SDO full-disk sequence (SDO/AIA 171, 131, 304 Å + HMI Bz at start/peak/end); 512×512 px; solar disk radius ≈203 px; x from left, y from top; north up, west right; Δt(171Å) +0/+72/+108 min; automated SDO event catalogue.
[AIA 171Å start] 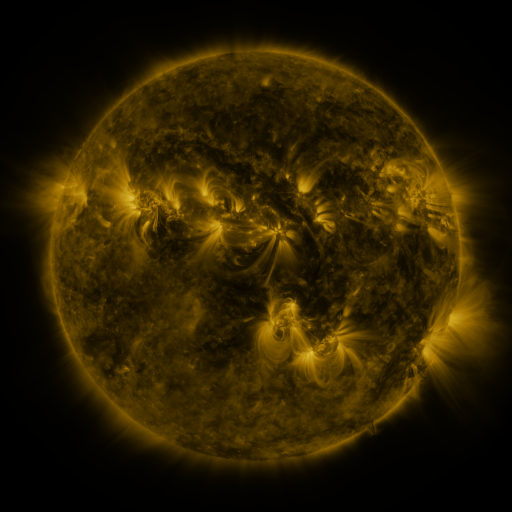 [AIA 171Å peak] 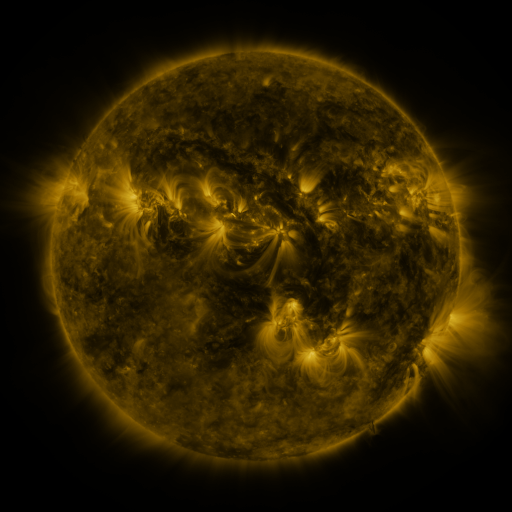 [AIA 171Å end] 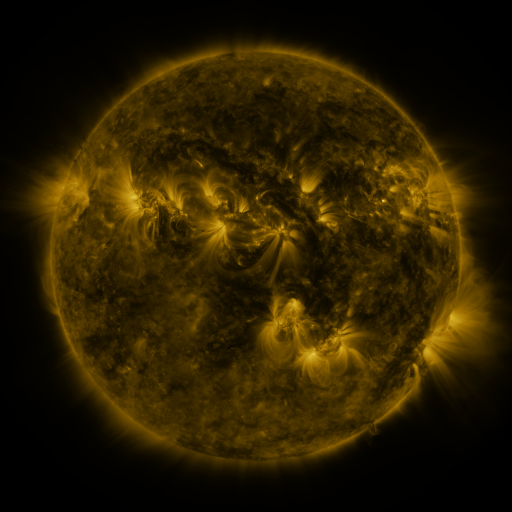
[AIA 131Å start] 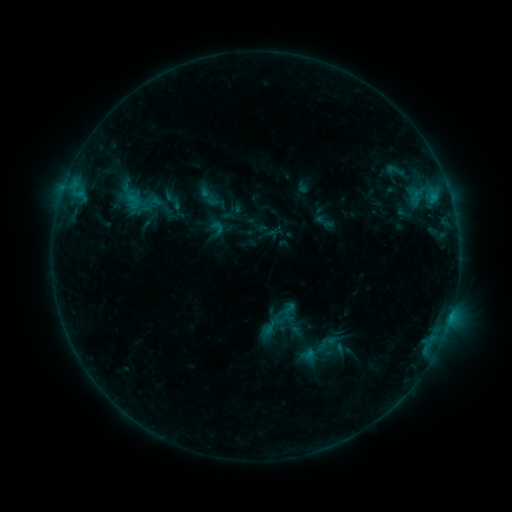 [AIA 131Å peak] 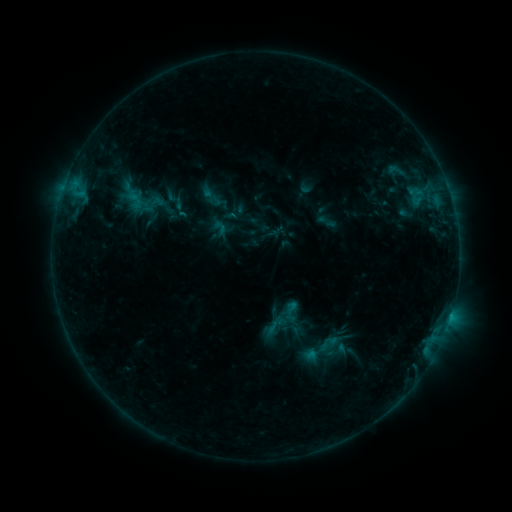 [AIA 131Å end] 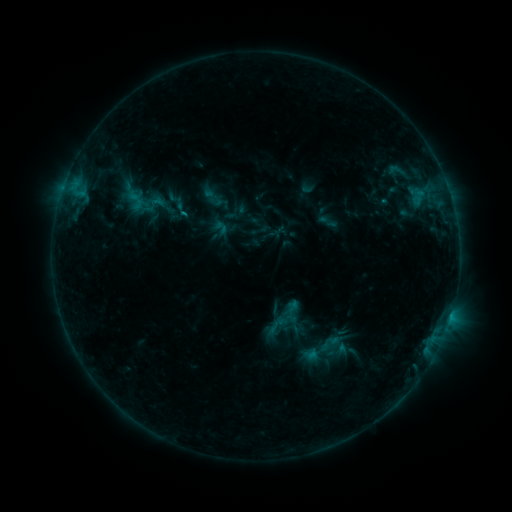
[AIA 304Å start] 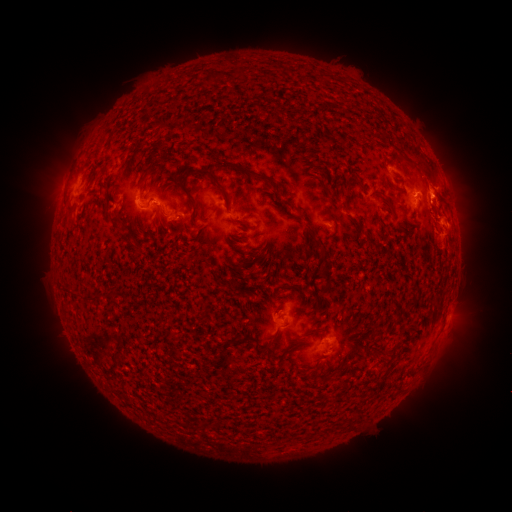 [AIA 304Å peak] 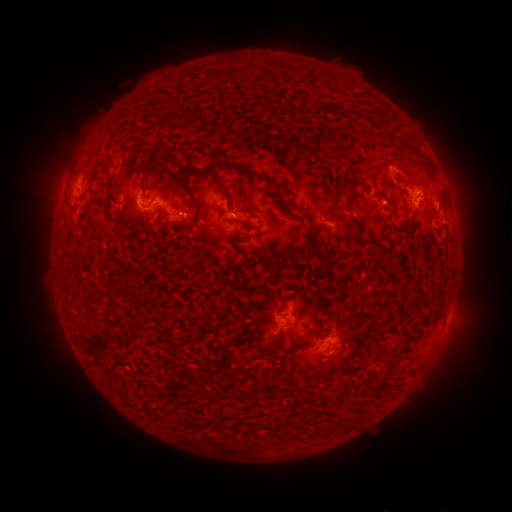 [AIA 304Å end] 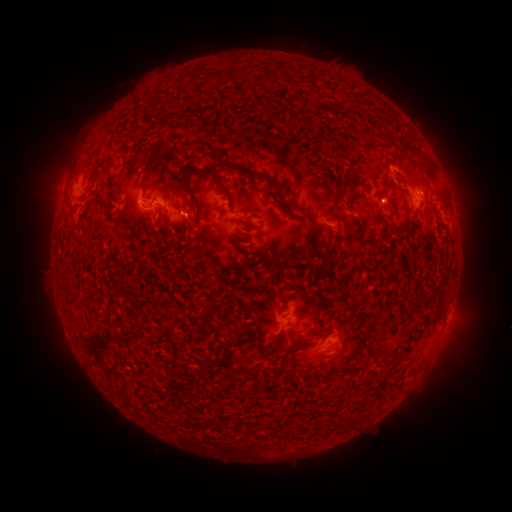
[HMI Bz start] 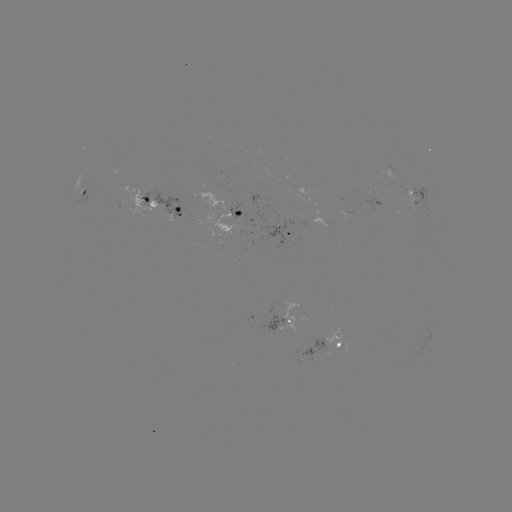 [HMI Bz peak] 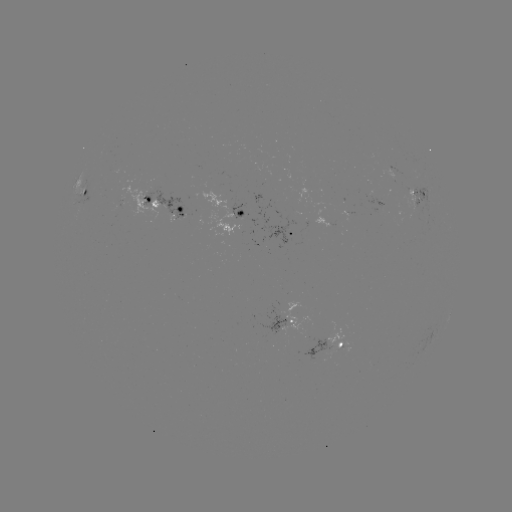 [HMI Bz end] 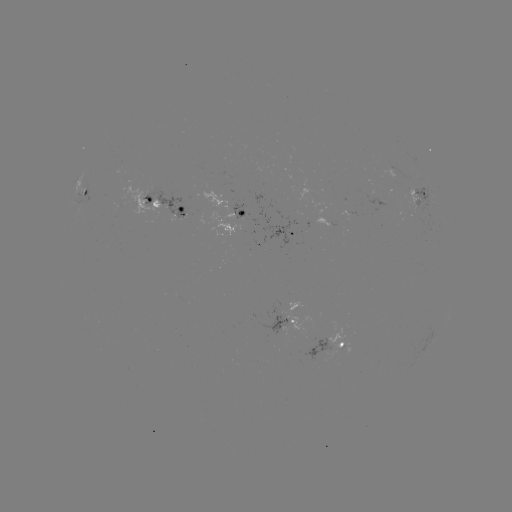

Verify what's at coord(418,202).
emerging-flux region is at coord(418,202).